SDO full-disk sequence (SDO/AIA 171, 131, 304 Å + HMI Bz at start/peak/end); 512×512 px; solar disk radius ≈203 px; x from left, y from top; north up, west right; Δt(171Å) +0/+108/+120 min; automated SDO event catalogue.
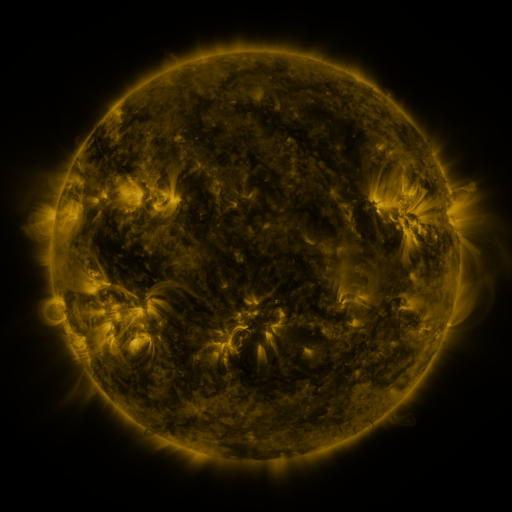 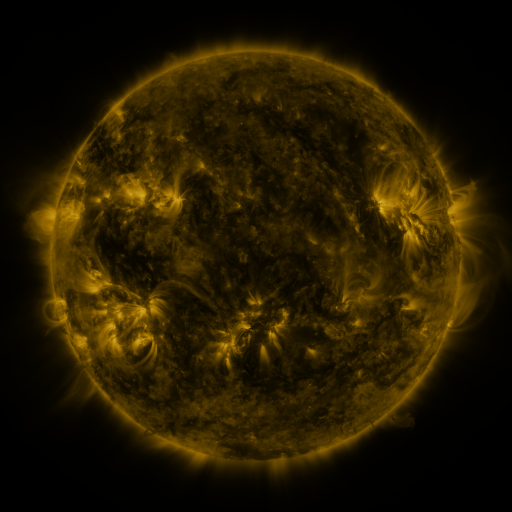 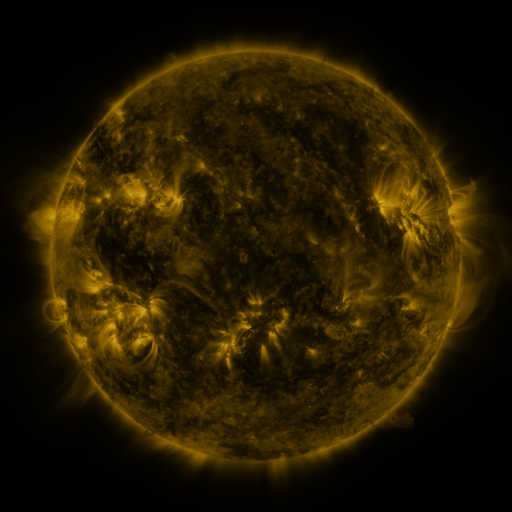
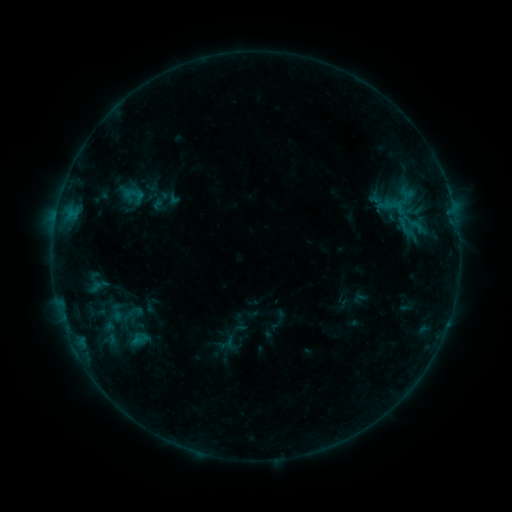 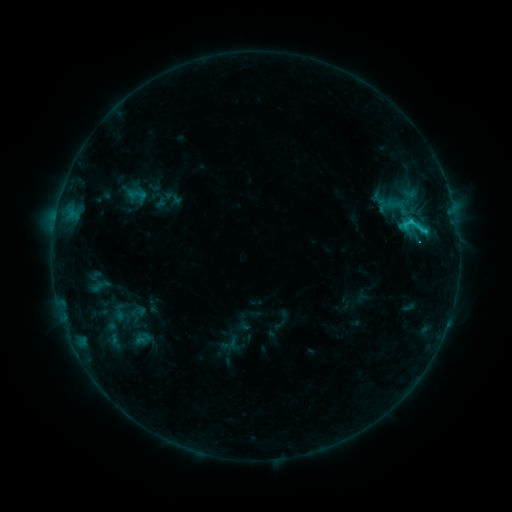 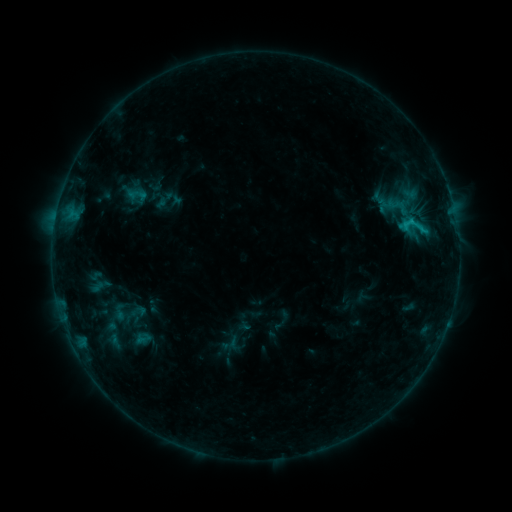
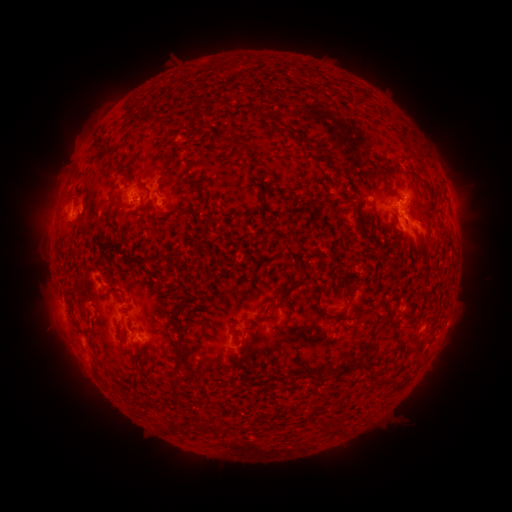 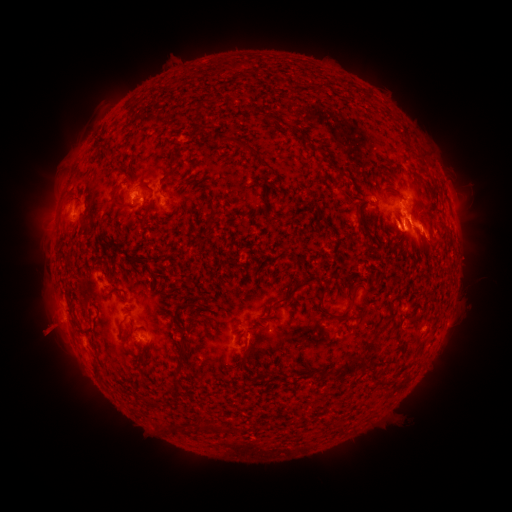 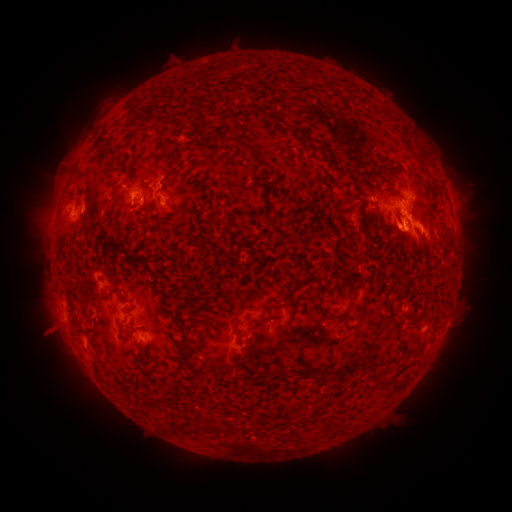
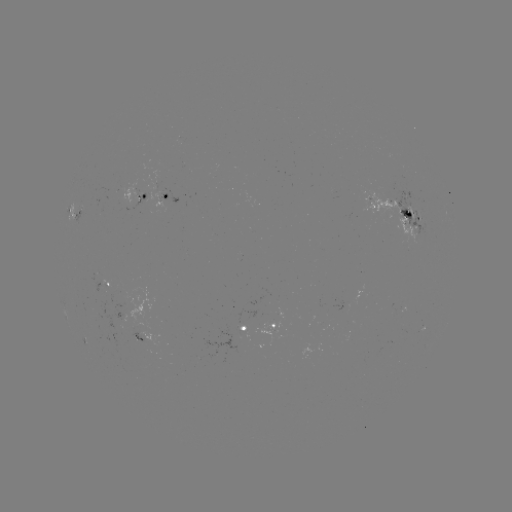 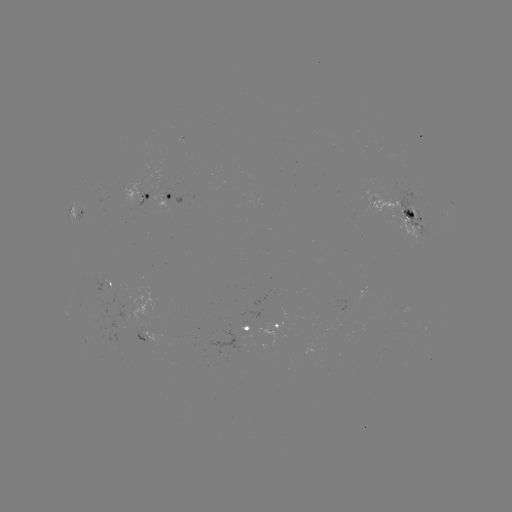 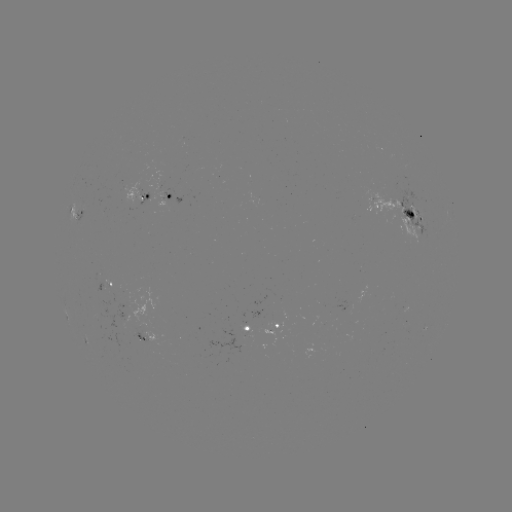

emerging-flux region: (122, 178, 140, 204)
